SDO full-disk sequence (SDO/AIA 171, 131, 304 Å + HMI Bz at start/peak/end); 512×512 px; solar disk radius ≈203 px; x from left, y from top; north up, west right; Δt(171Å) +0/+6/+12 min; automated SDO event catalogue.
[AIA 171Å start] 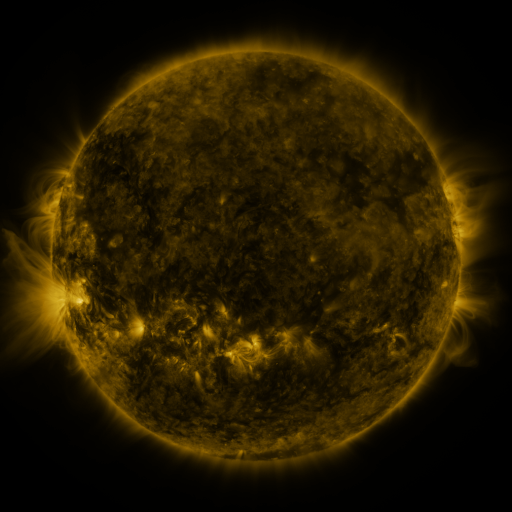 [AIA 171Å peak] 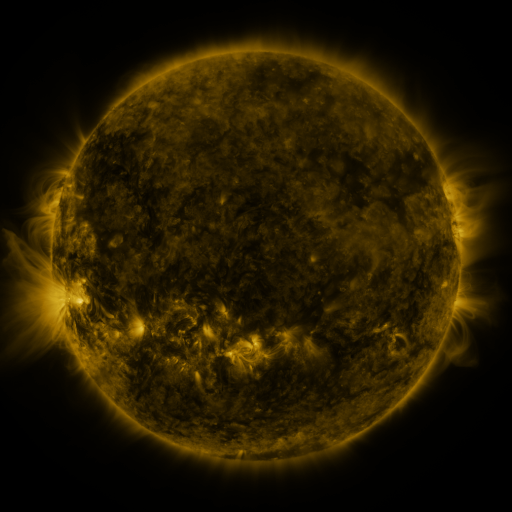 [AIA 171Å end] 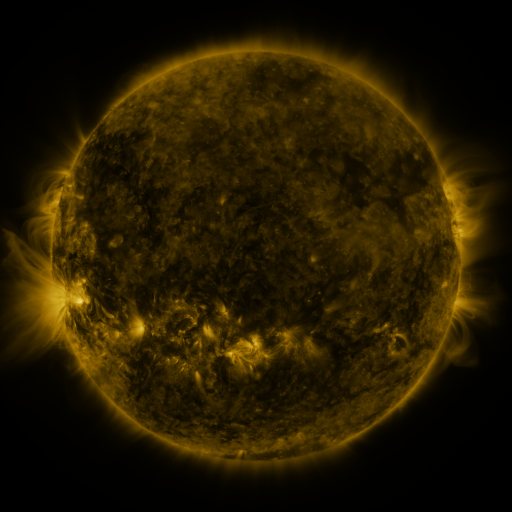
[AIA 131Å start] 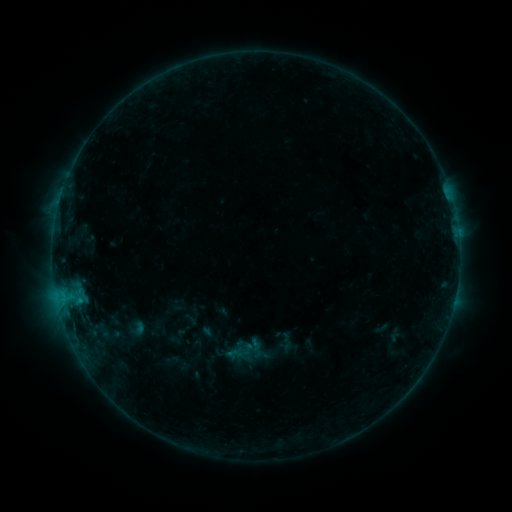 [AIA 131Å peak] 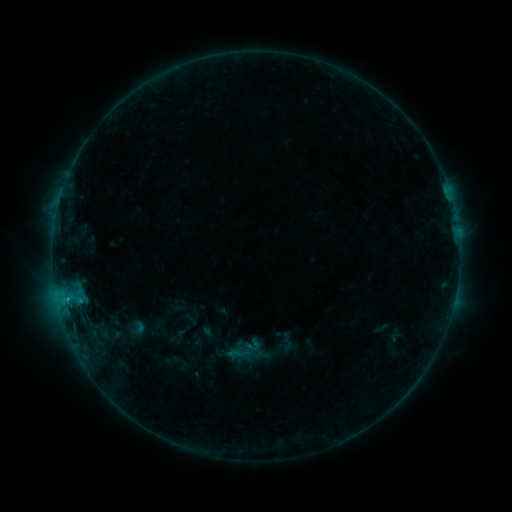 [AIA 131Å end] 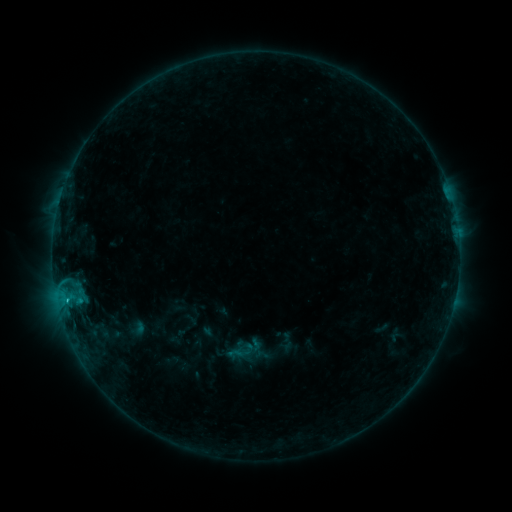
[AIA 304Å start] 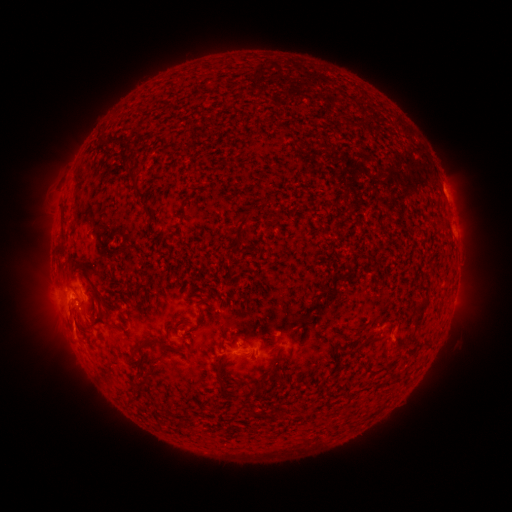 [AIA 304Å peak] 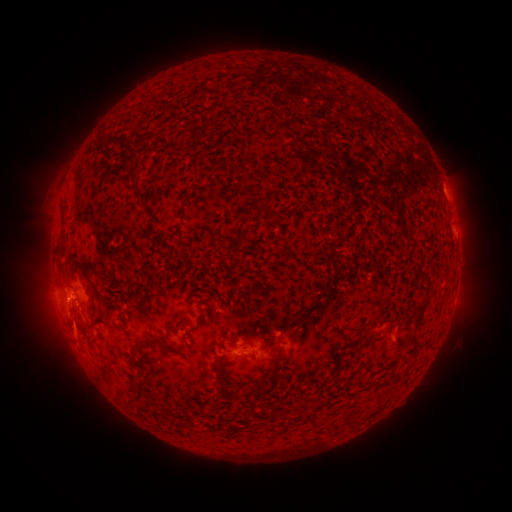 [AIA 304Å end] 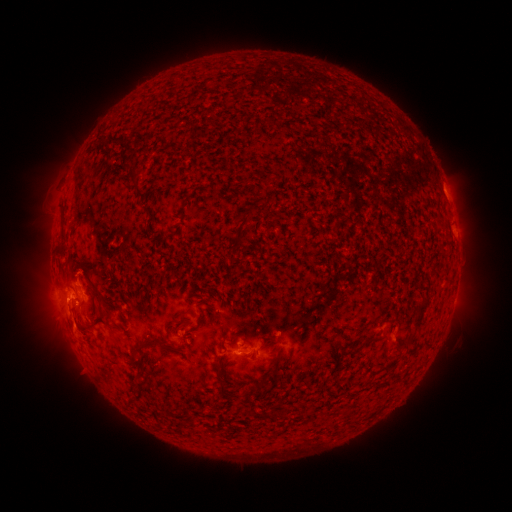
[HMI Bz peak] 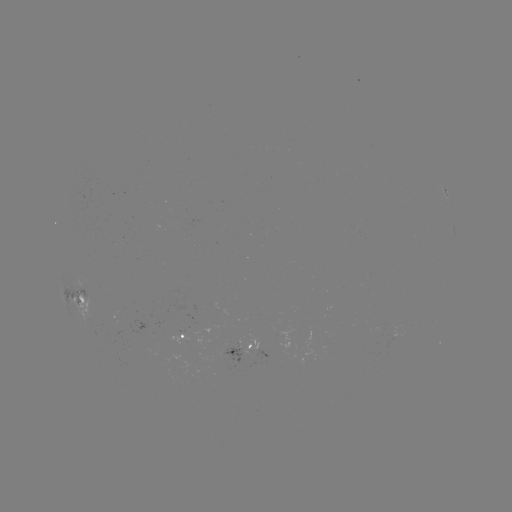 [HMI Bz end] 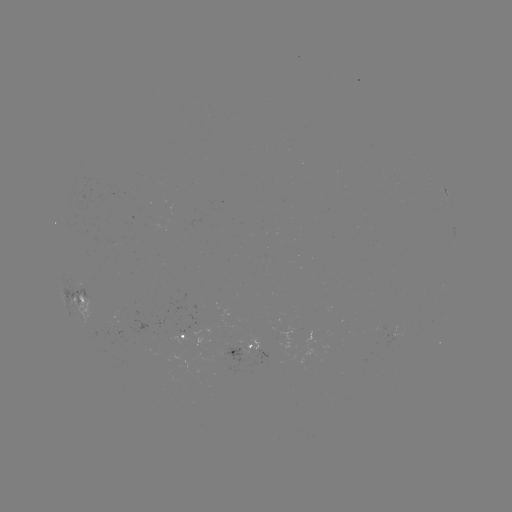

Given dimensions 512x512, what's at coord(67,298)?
B8.7 flare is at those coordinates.